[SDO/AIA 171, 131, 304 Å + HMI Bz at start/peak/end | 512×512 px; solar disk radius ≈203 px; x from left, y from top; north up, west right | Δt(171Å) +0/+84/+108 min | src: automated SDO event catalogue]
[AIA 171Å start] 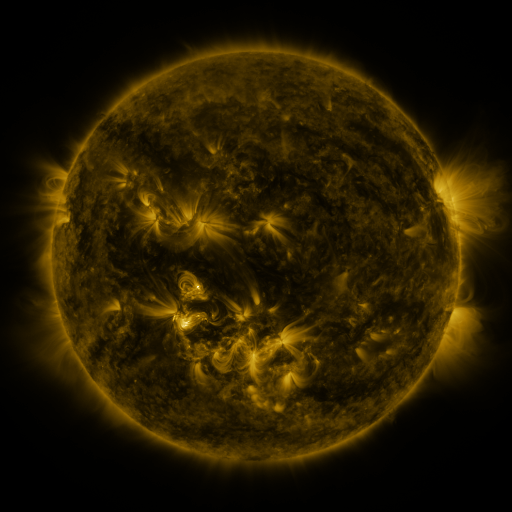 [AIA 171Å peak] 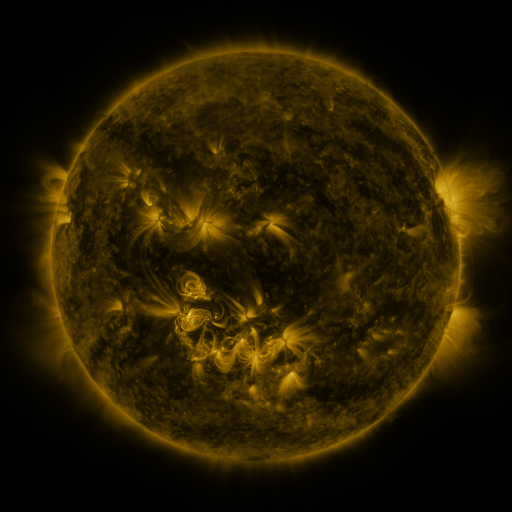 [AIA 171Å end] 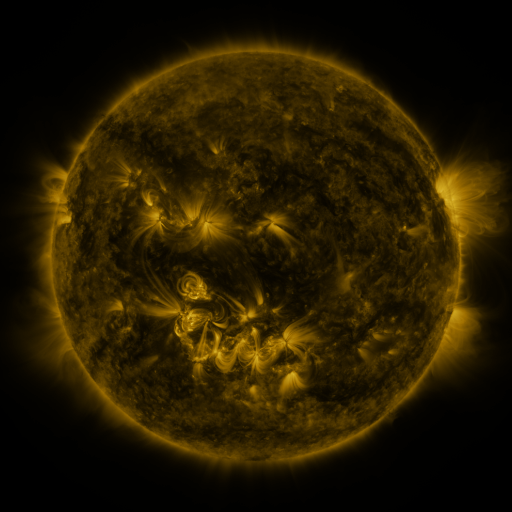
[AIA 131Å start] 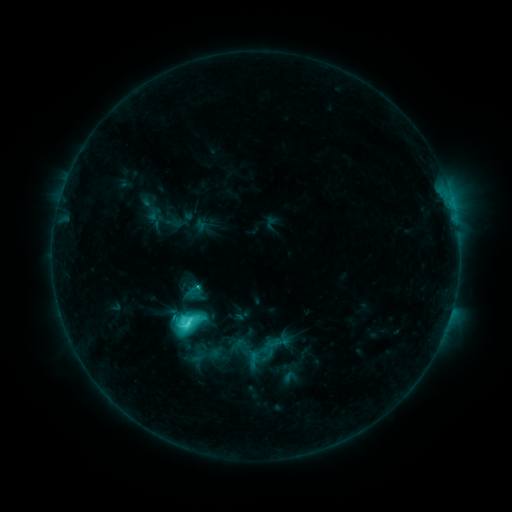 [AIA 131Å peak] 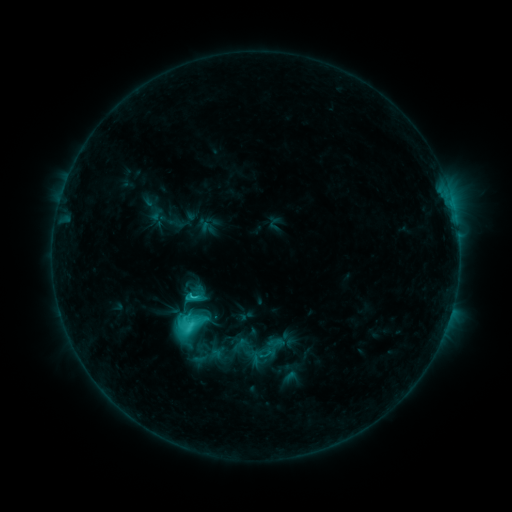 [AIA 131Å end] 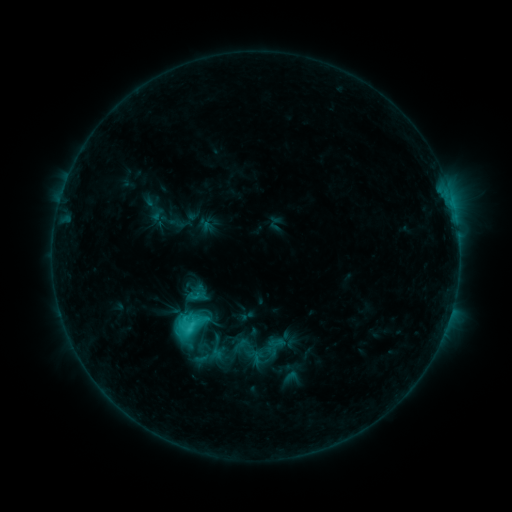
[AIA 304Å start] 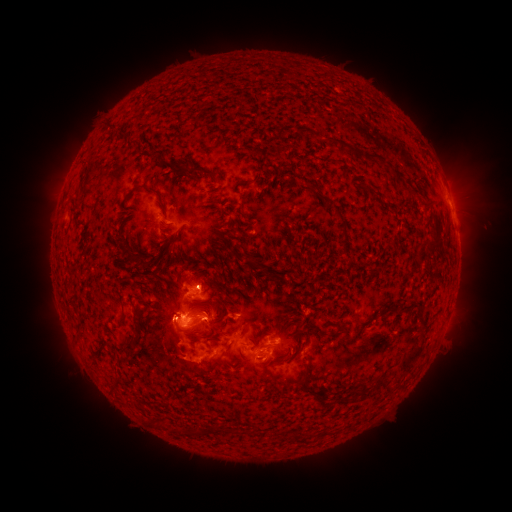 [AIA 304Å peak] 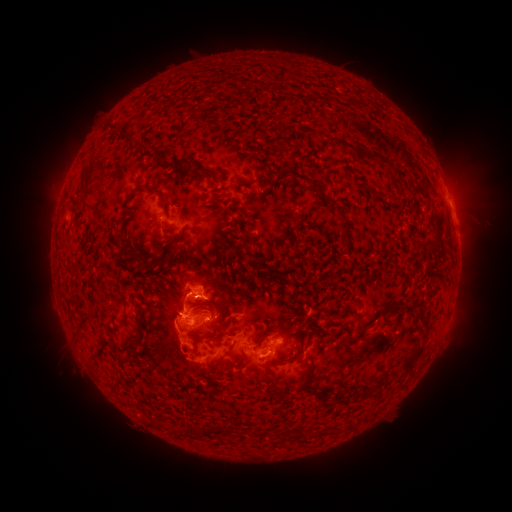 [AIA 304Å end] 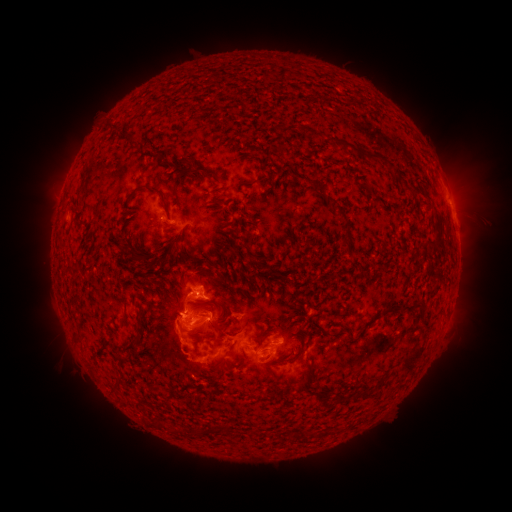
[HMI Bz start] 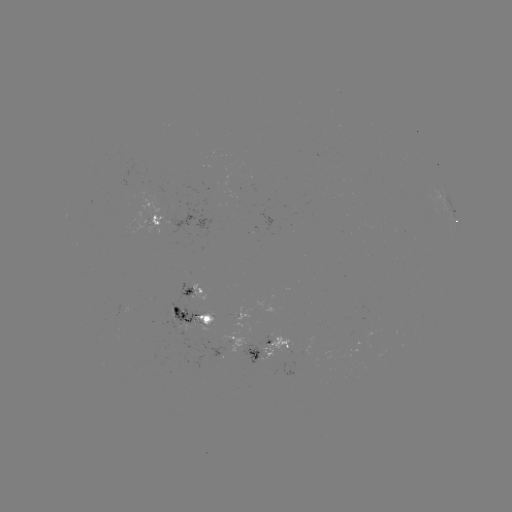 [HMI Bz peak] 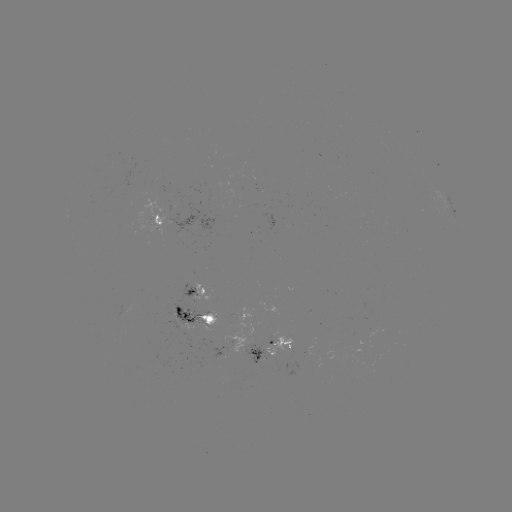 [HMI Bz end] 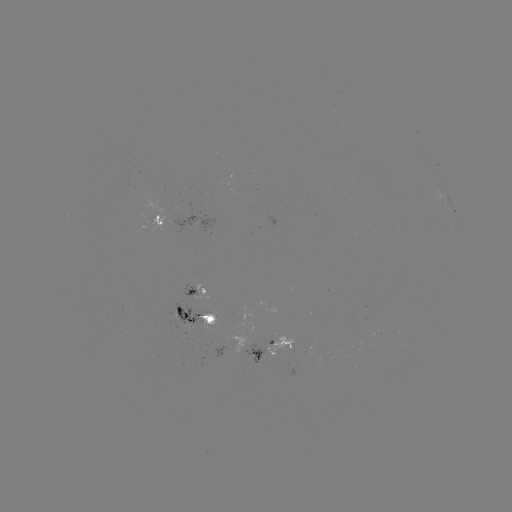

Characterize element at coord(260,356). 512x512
emerging-flux region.